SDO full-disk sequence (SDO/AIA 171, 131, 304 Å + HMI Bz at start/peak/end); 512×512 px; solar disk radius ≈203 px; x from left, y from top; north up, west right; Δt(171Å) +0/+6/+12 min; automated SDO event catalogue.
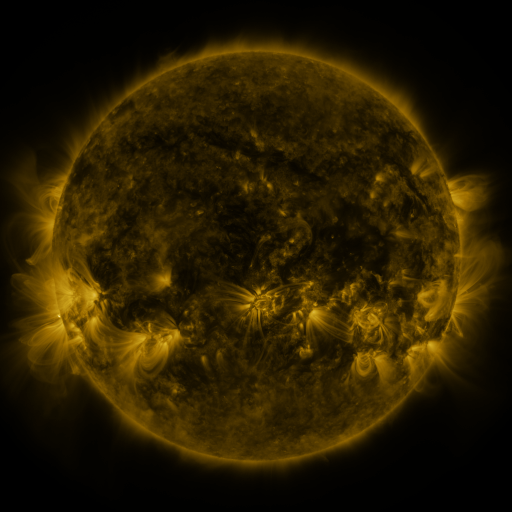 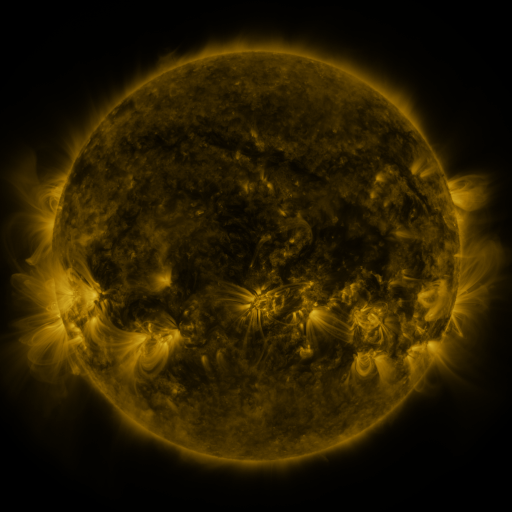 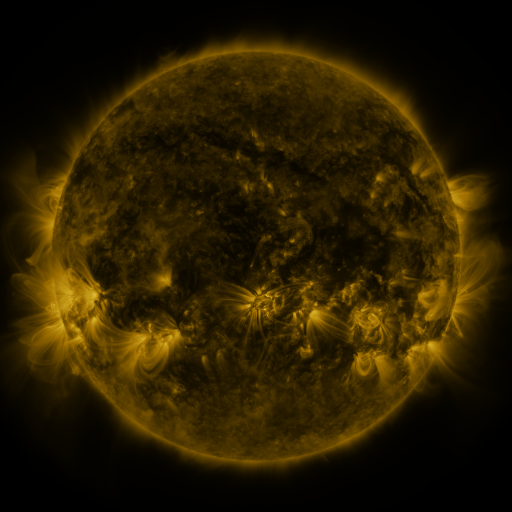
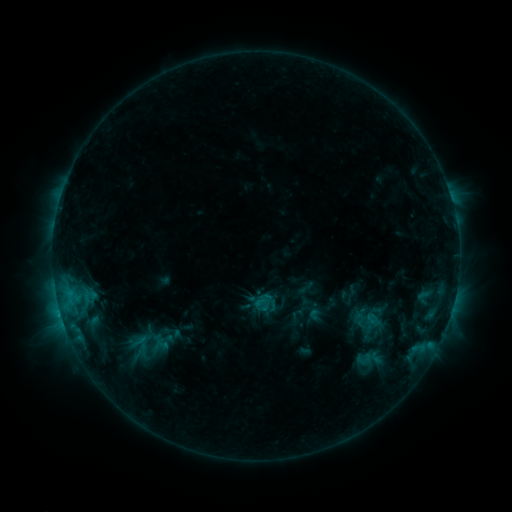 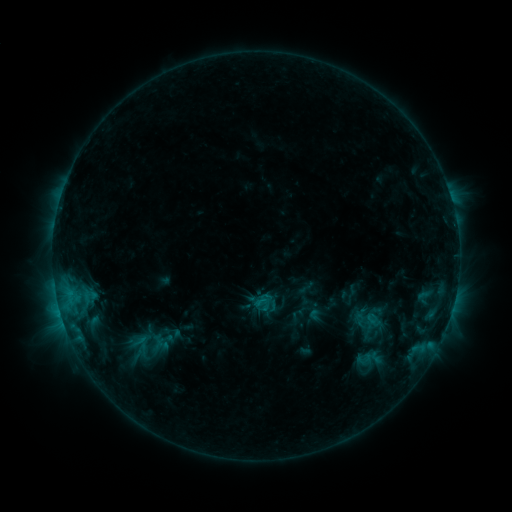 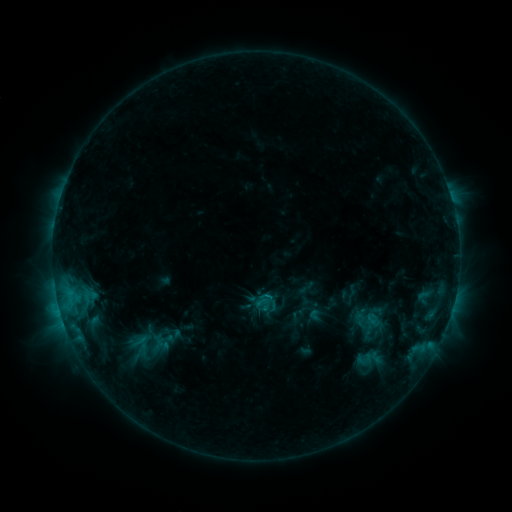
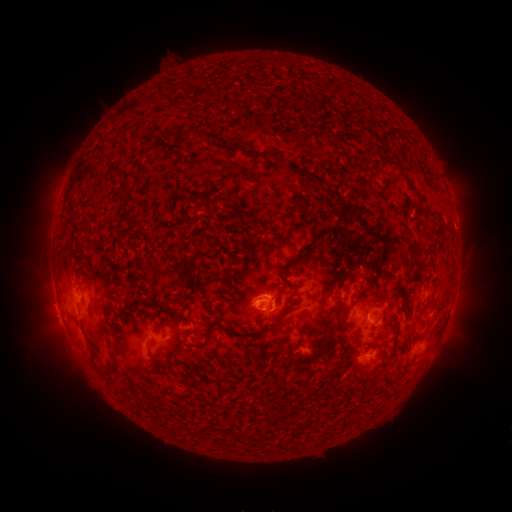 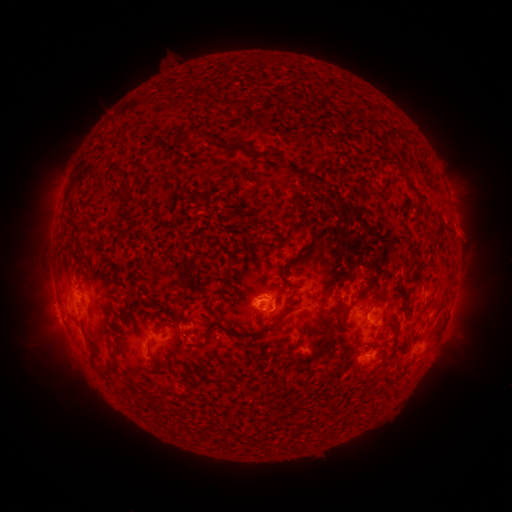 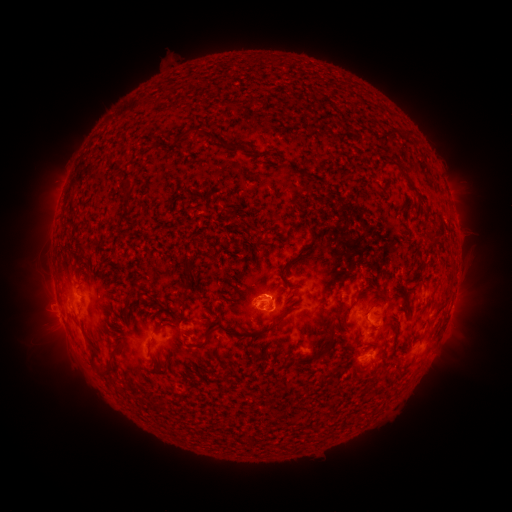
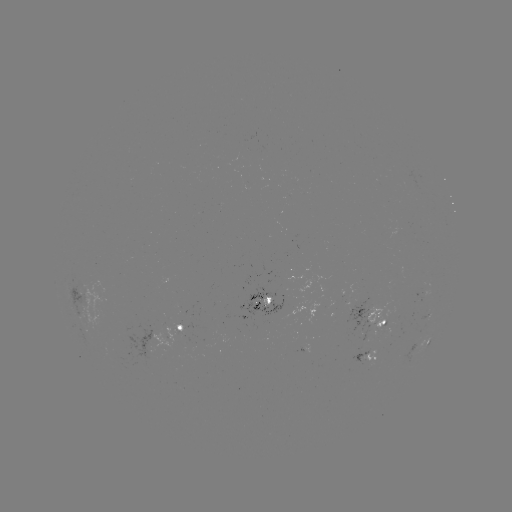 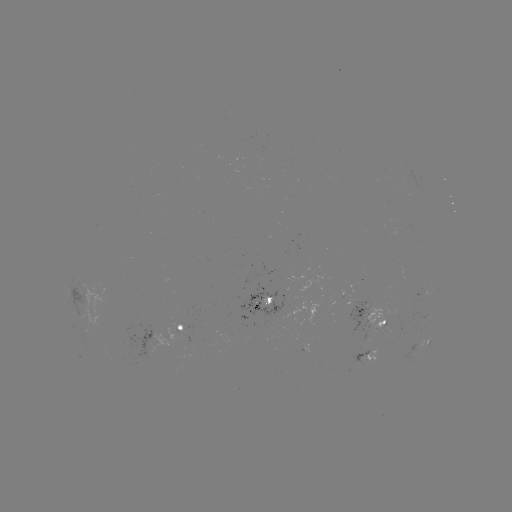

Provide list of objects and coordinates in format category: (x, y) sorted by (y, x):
eruption: (467, 232)
